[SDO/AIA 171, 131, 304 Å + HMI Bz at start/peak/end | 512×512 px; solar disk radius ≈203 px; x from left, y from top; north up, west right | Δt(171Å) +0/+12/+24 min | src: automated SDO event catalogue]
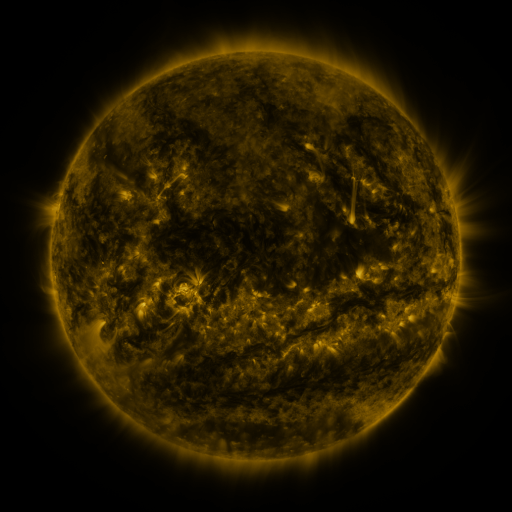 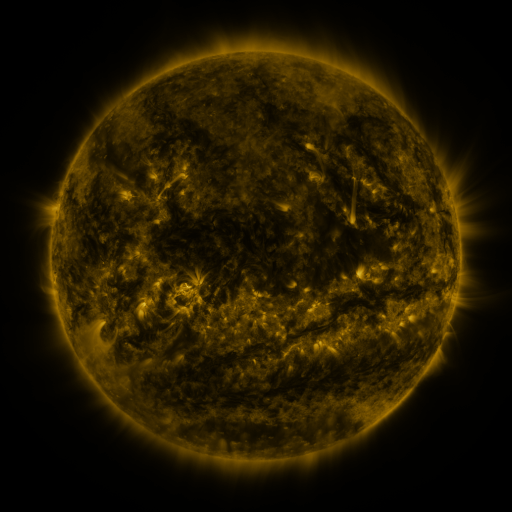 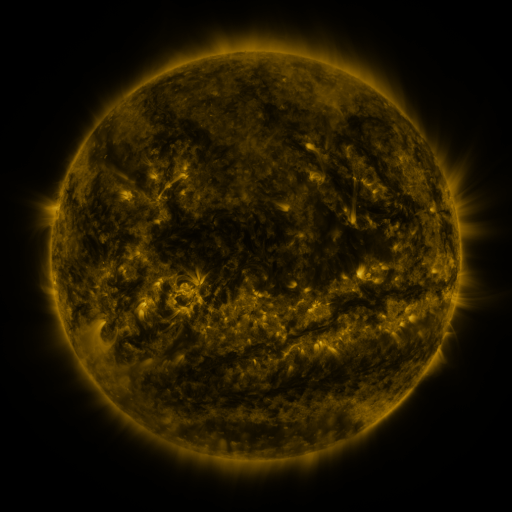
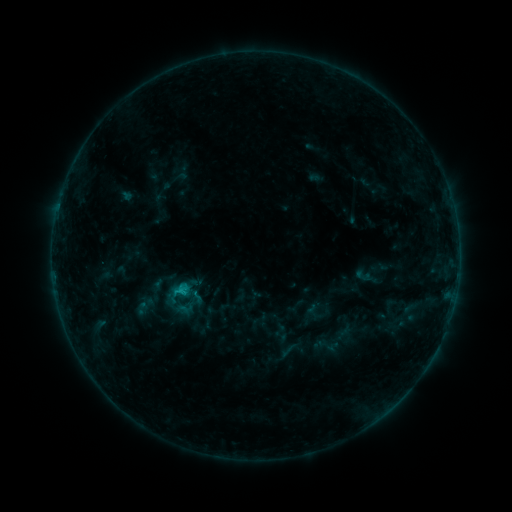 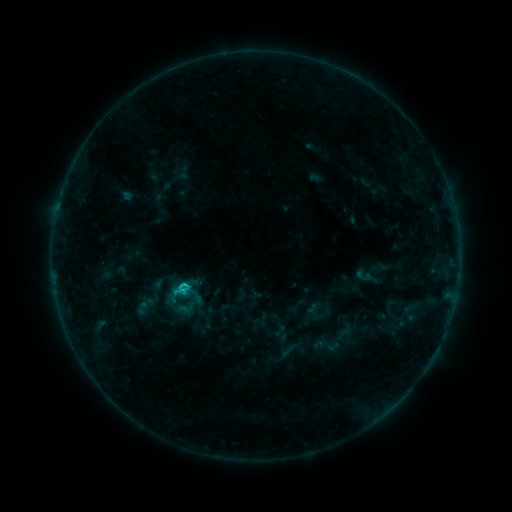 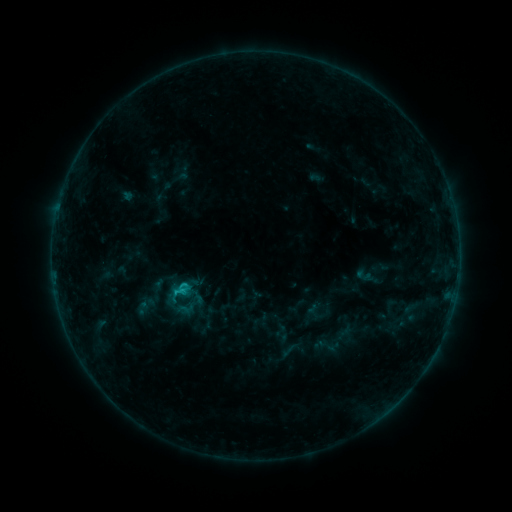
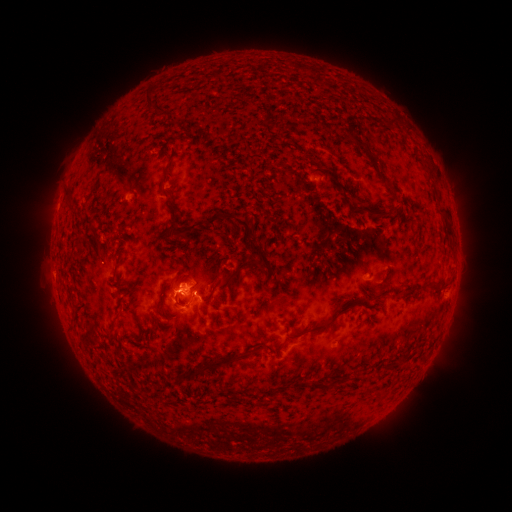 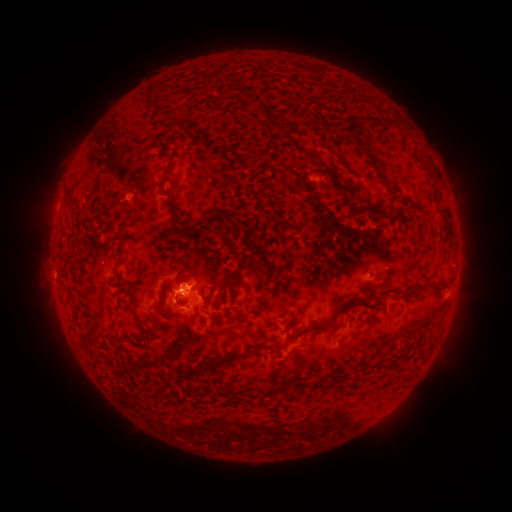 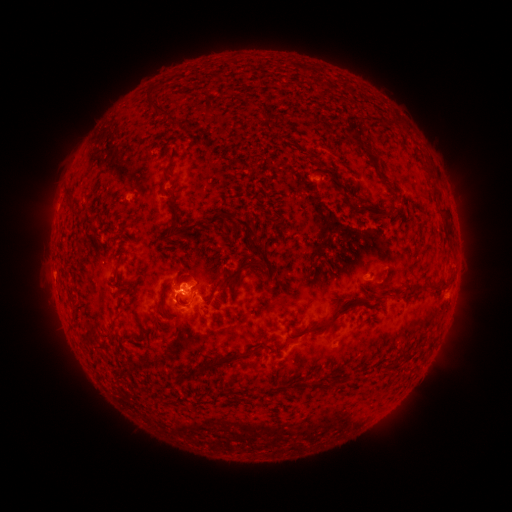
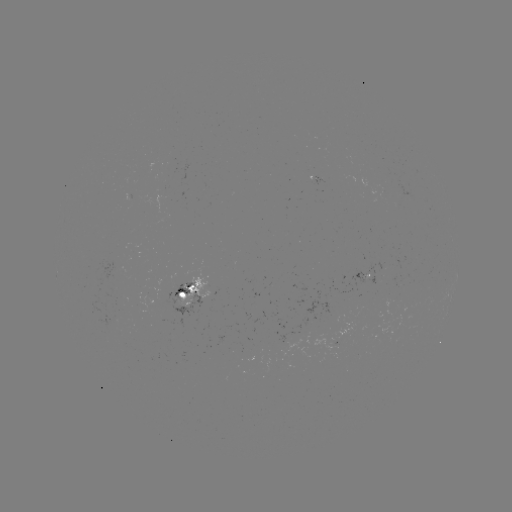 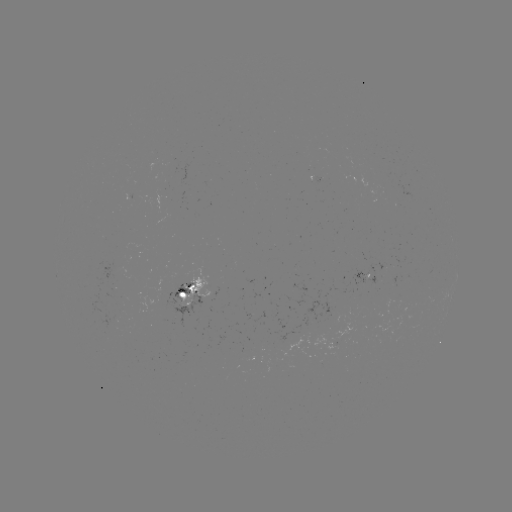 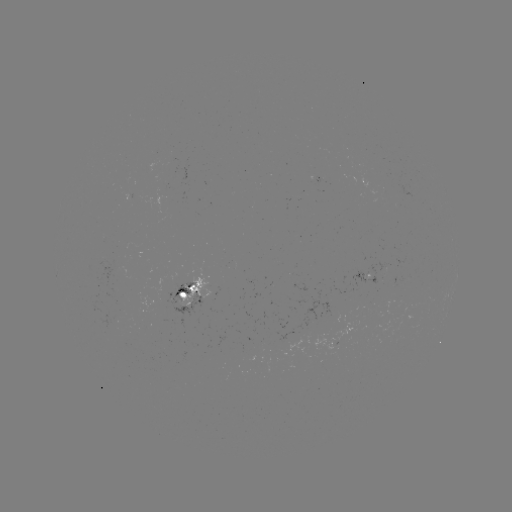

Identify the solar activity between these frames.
C1.7 flare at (185, 285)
